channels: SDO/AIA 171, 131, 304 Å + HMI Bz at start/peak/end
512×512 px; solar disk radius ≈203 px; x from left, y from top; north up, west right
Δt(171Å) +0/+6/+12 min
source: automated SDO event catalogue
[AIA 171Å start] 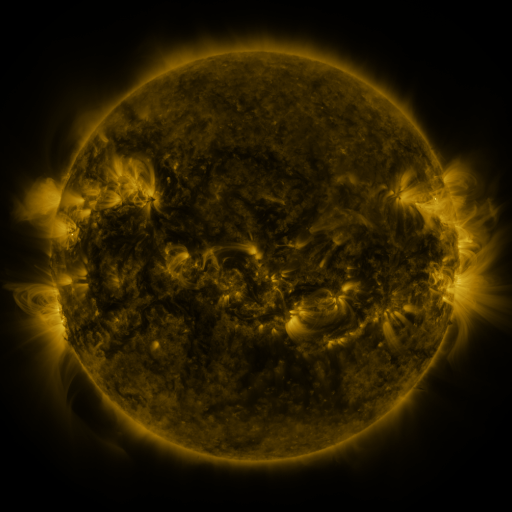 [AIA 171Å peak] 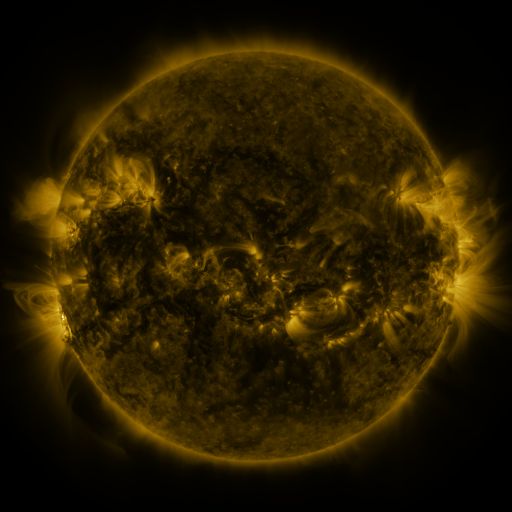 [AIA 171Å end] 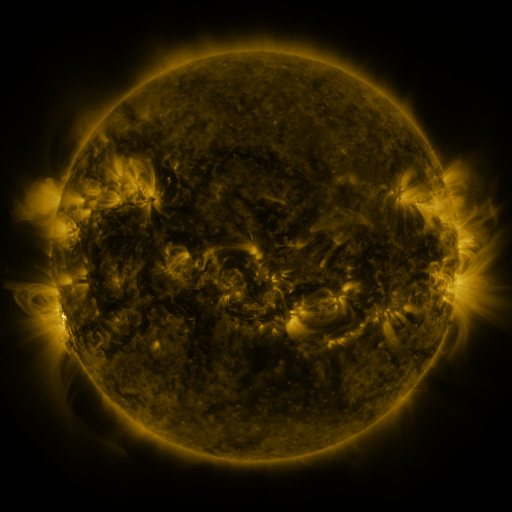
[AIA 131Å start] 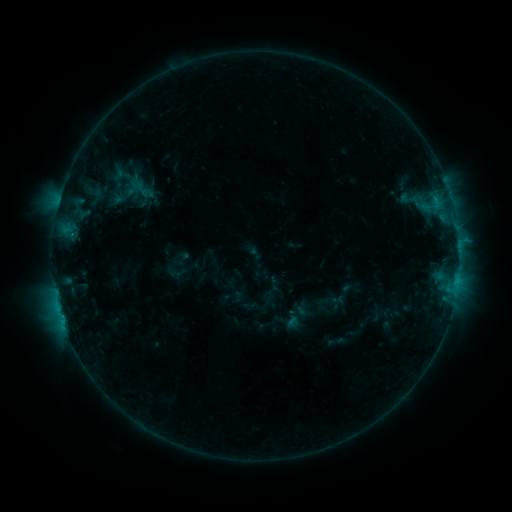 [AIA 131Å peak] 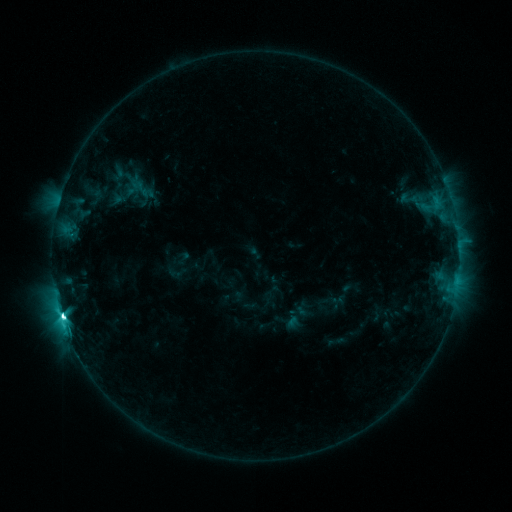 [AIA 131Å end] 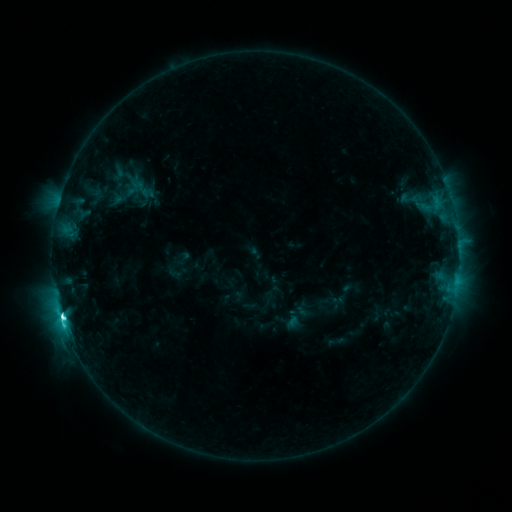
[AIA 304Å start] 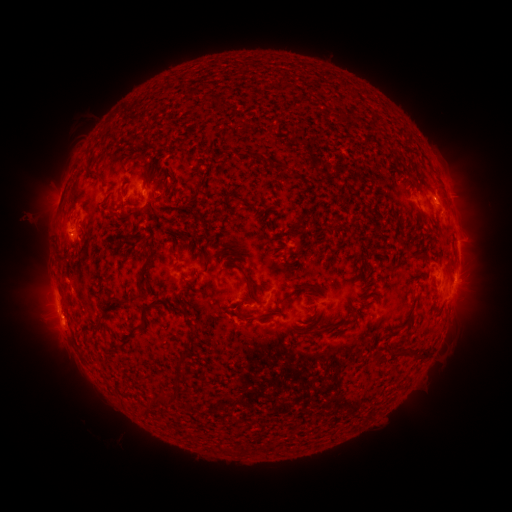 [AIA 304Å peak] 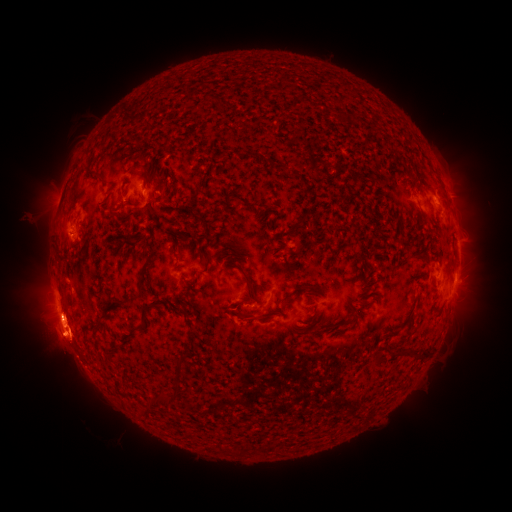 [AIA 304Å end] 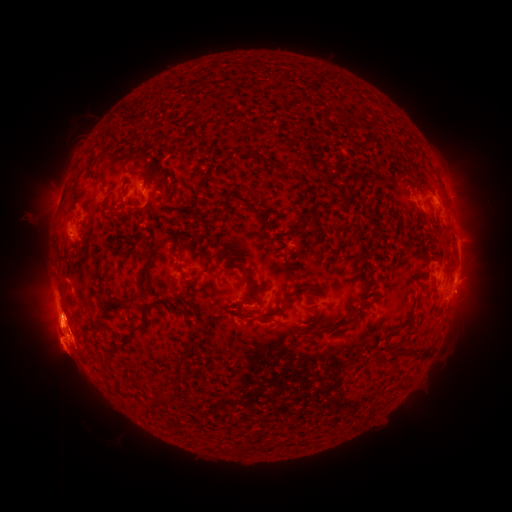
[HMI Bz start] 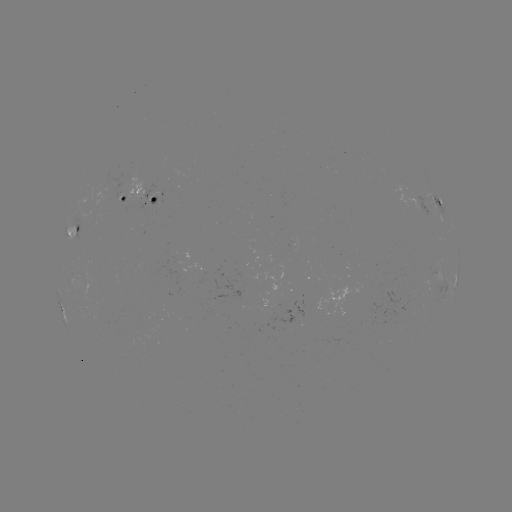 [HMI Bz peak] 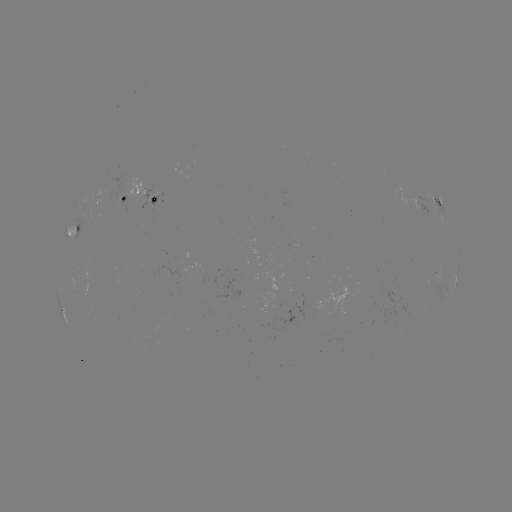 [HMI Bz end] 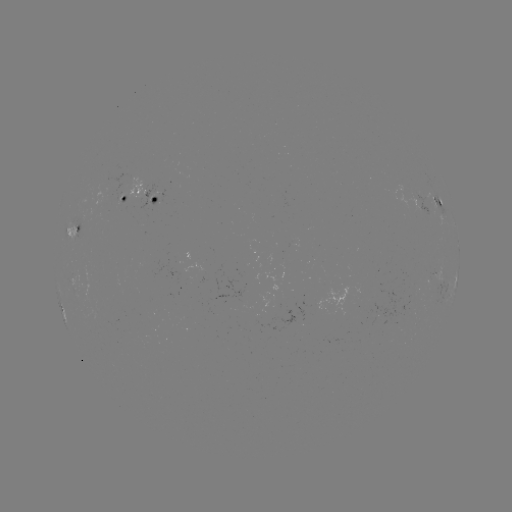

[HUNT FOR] C9.4 flare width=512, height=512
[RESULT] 63,316